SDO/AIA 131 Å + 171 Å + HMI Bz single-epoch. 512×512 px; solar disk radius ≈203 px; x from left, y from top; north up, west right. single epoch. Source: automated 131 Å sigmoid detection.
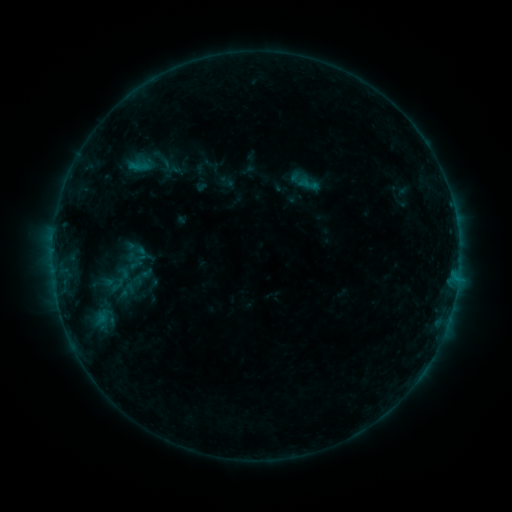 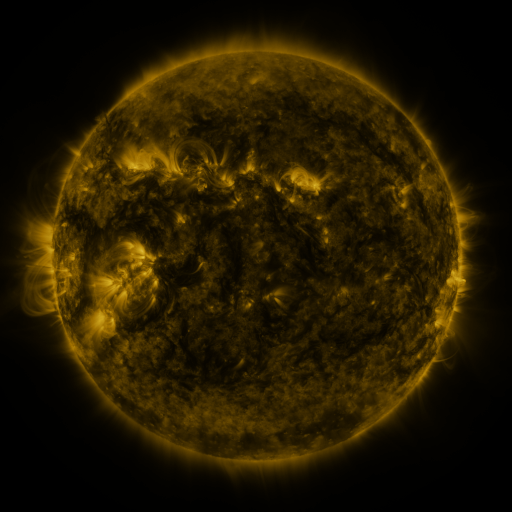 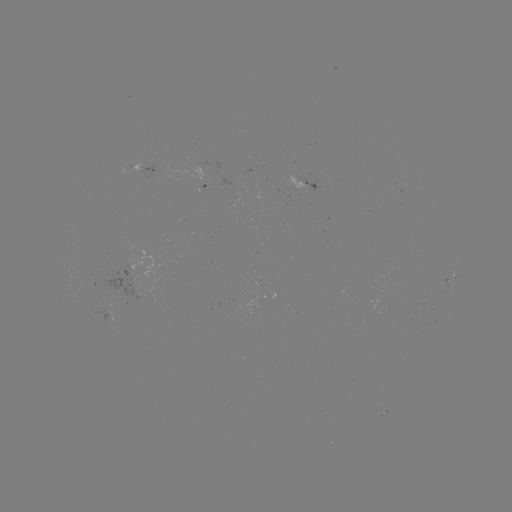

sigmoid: <bbox>94, 307, 117, 323</bbox>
